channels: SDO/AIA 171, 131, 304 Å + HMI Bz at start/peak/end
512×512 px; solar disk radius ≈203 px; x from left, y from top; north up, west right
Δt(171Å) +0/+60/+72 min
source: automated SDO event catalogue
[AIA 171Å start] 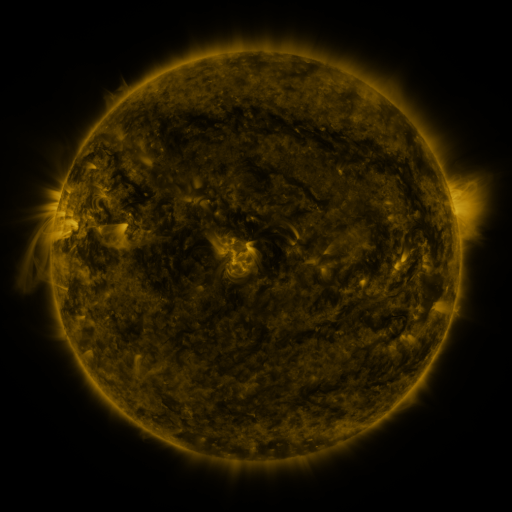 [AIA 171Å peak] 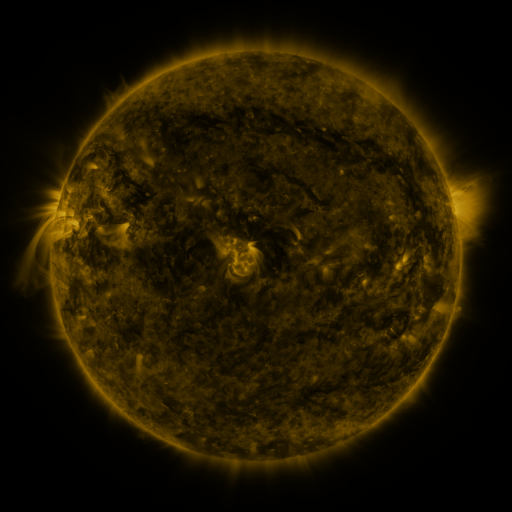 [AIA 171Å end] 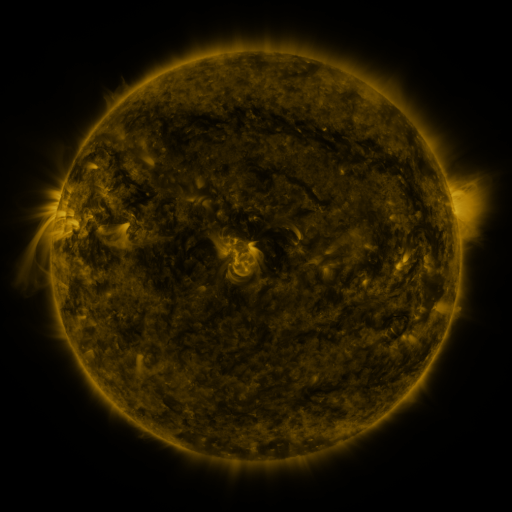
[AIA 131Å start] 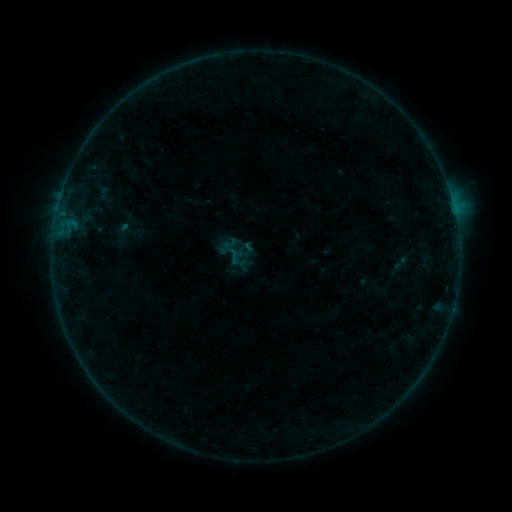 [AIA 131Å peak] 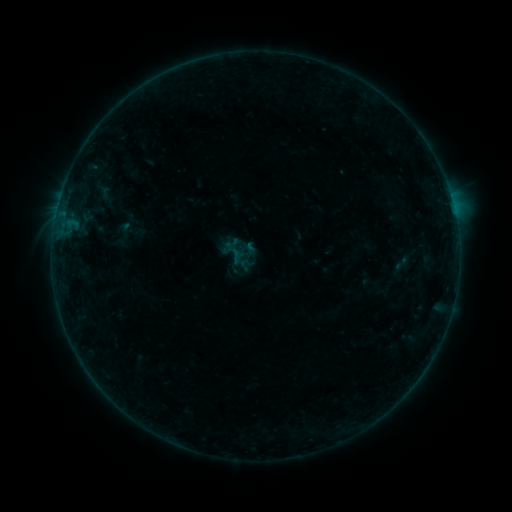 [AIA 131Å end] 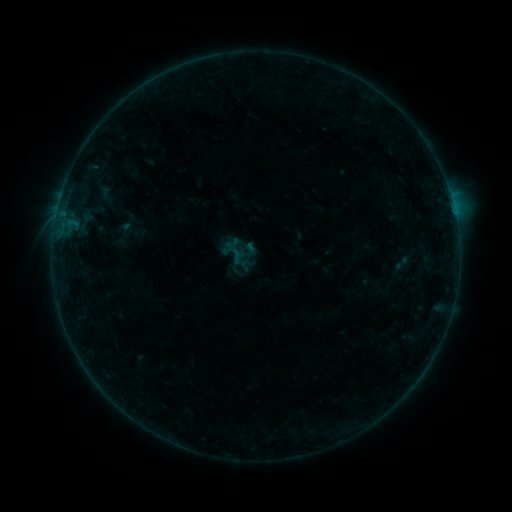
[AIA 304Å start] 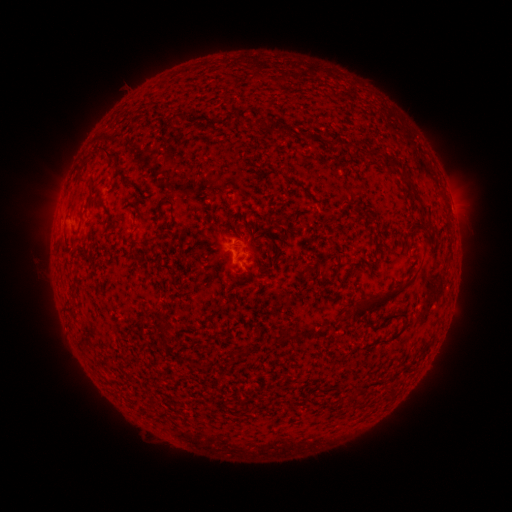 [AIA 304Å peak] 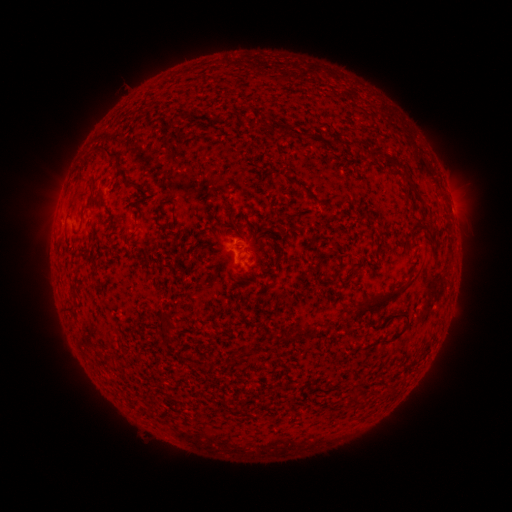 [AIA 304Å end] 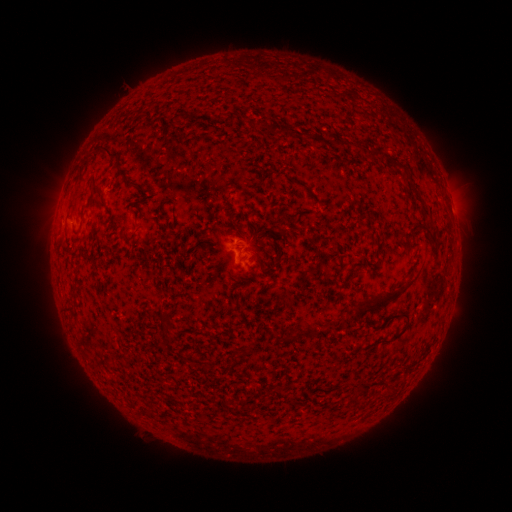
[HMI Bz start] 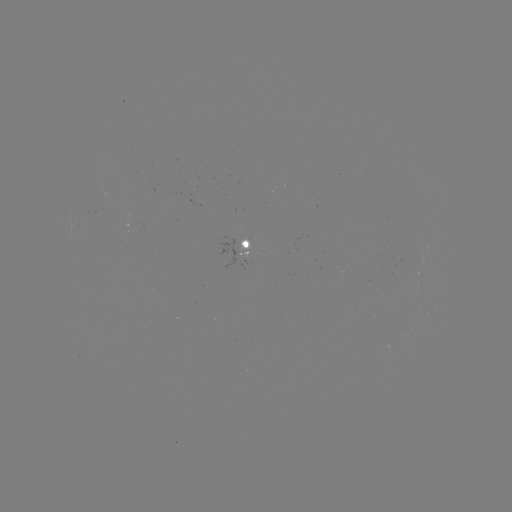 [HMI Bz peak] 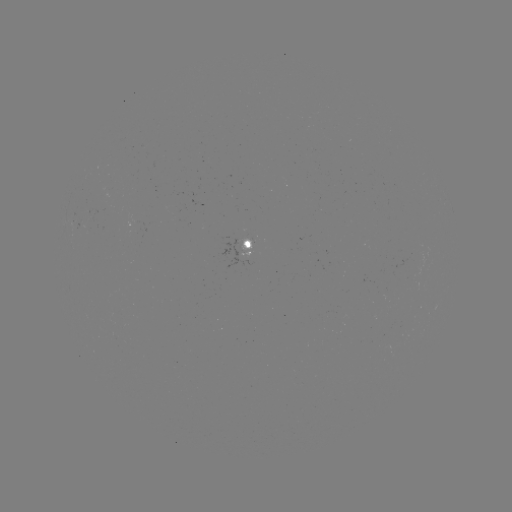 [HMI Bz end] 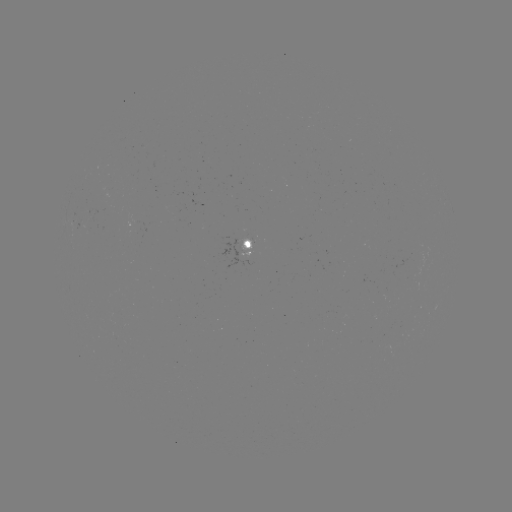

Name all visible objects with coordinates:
emerging-flux region: (238, 239)
